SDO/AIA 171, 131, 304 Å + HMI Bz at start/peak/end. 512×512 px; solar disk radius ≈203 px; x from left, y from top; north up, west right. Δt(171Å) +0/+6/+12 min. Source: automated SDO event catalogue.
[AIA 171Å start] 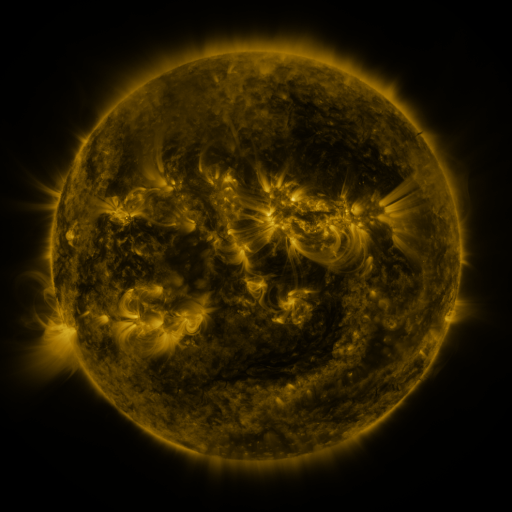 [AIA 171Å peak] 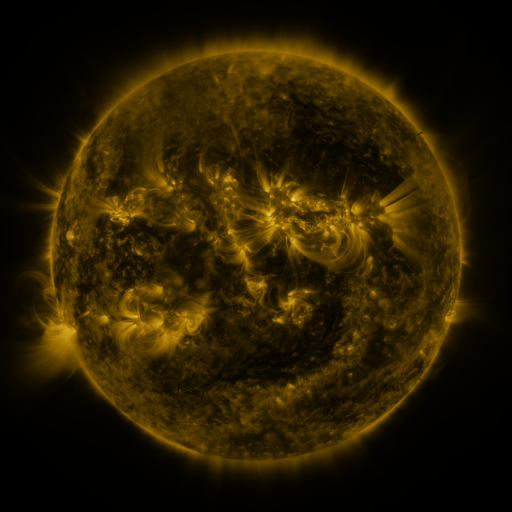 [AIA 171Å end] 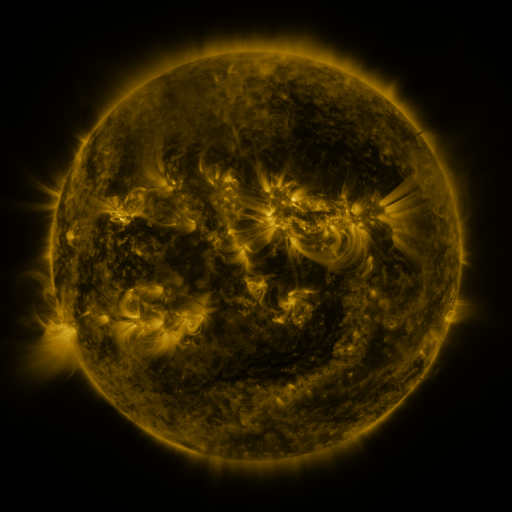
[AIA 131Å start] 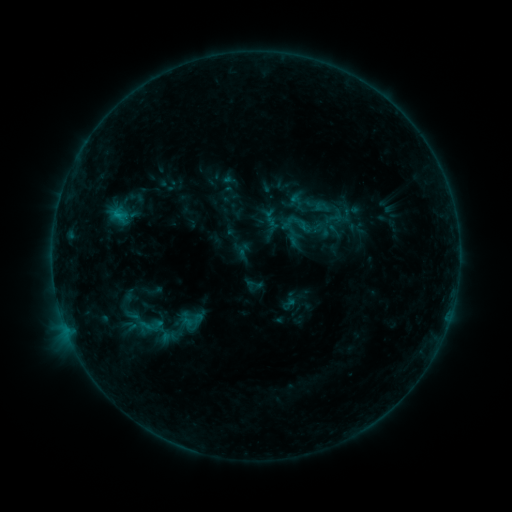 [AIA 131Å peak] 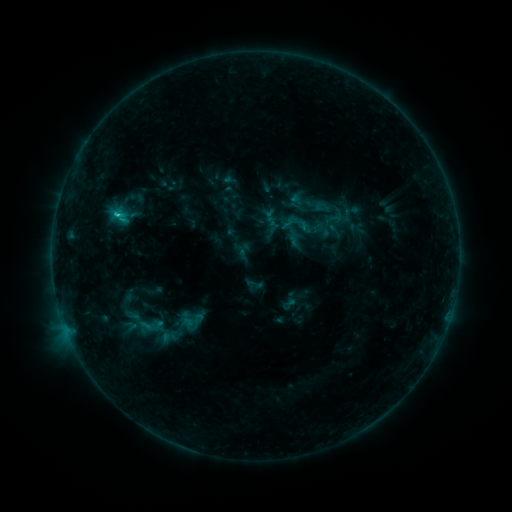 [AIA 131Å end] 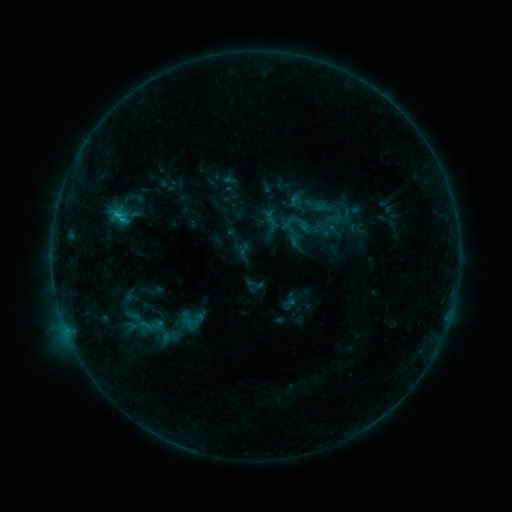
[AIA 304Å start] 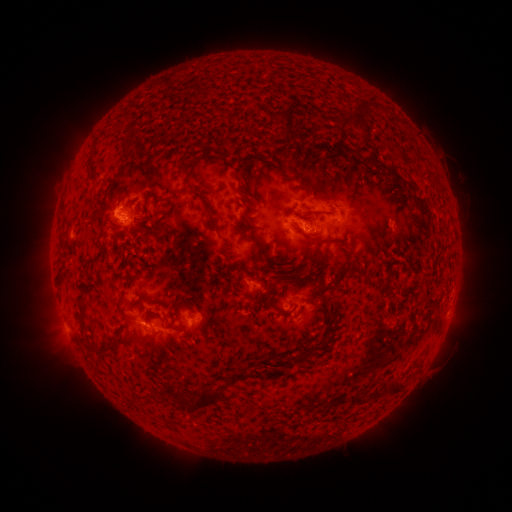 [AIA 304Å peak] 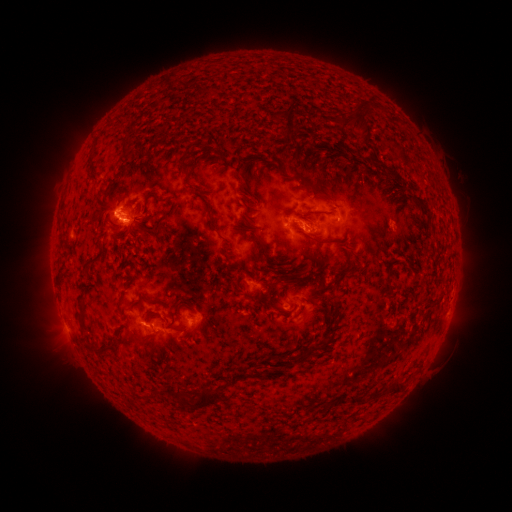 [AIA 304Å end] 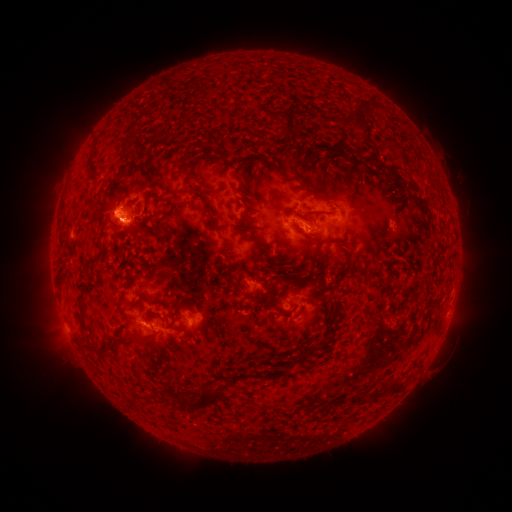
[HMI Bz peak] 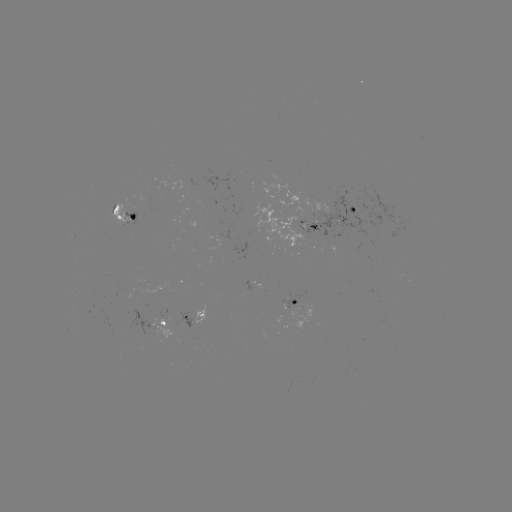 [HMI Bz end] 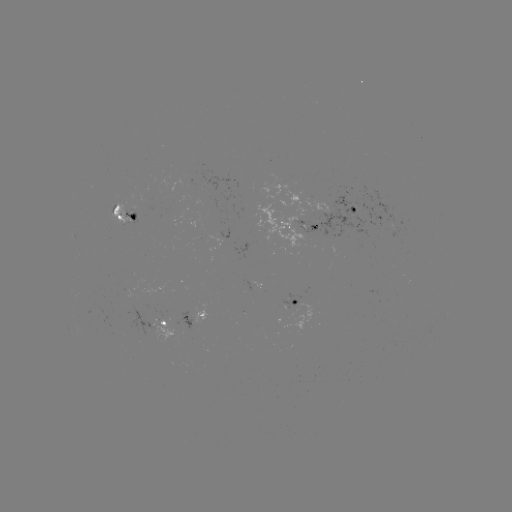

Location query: C1.2 flare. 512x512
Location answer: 118,218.